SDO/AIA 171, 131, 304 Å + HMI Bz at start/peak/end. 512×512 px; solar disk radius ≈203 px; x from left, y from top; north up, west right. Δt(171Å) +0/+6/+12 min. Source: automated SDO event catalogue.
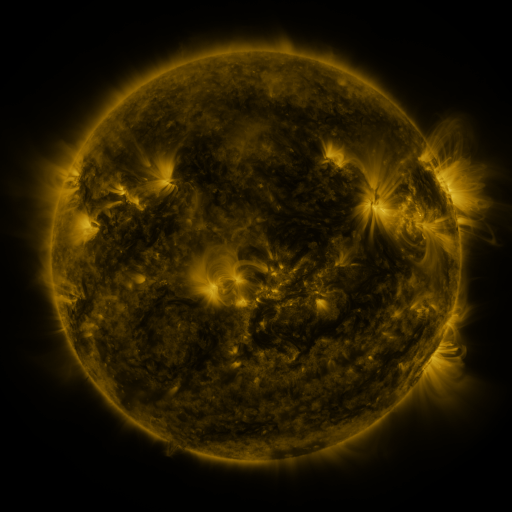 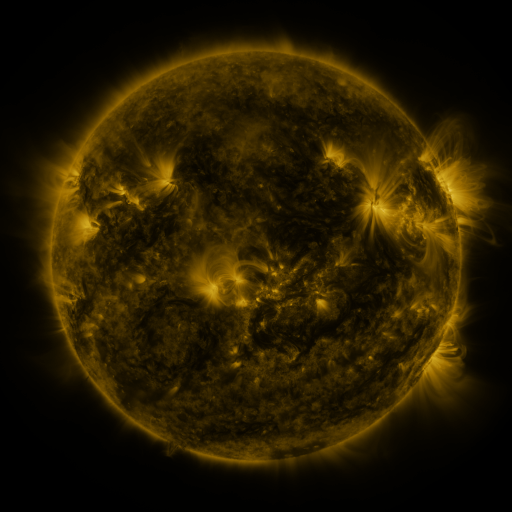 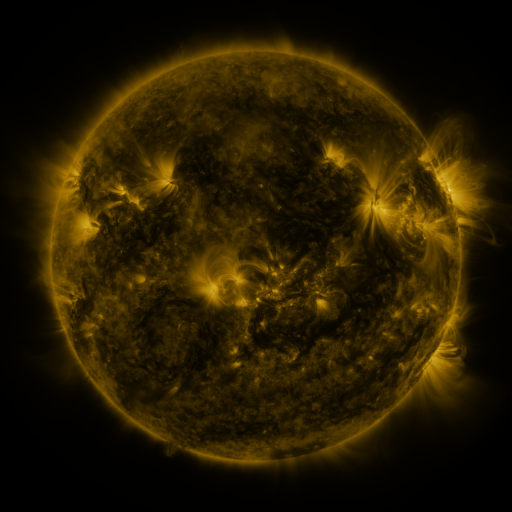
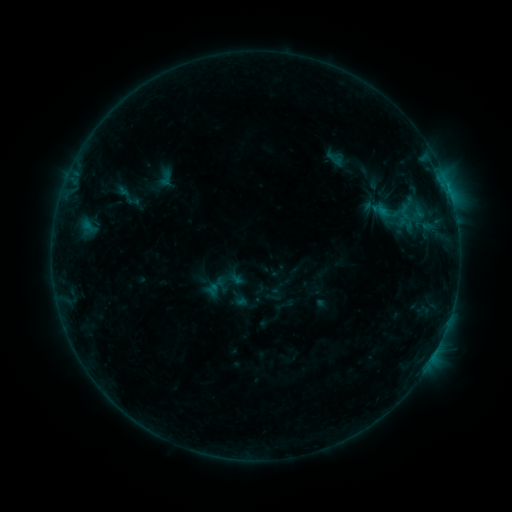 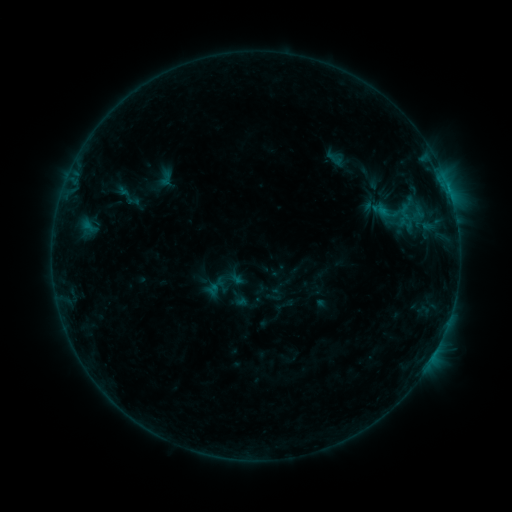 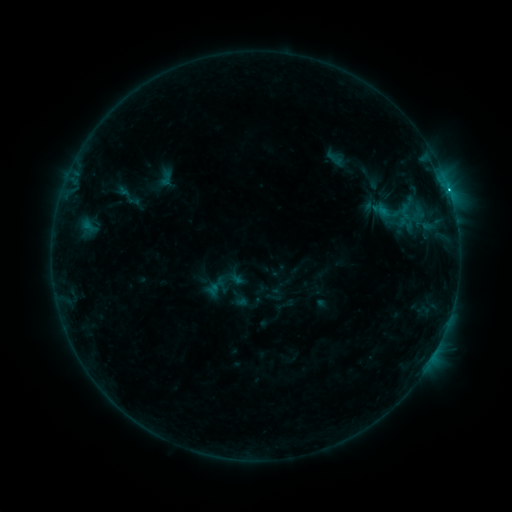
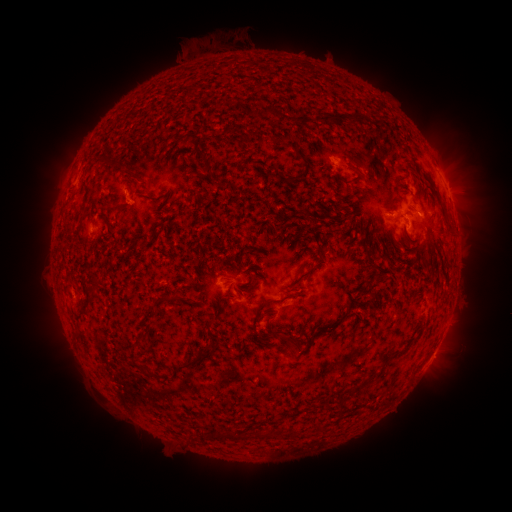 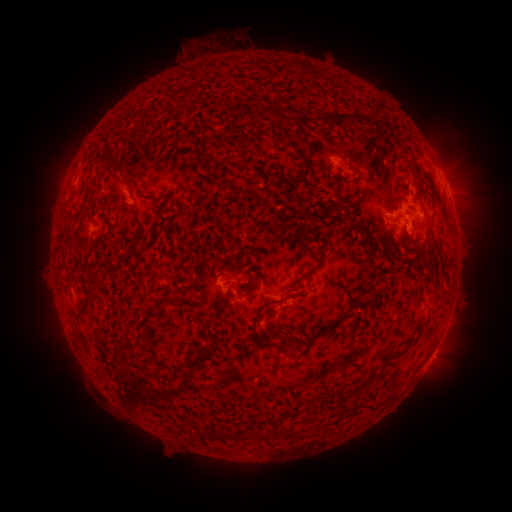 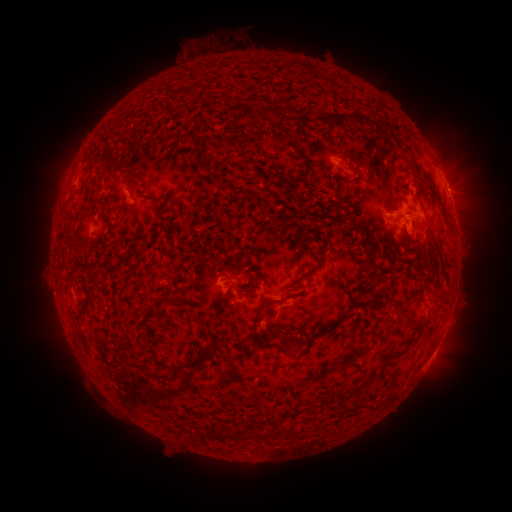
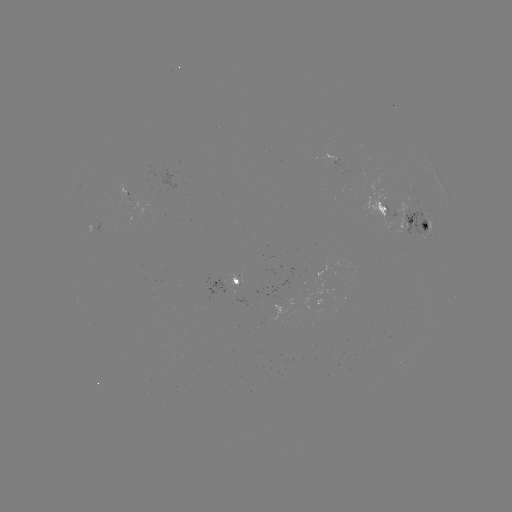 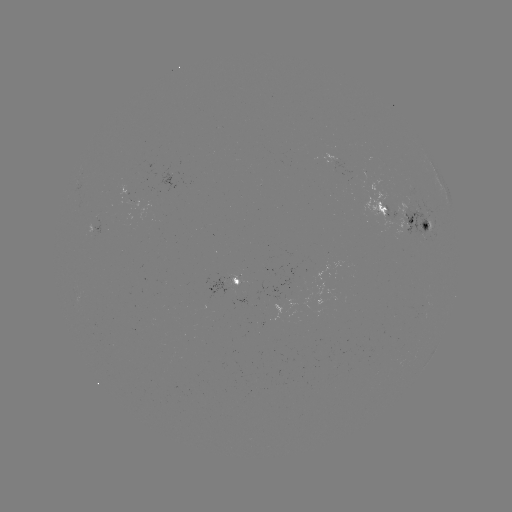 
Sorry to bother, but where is C1.7 flare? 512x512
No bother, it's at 449,192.